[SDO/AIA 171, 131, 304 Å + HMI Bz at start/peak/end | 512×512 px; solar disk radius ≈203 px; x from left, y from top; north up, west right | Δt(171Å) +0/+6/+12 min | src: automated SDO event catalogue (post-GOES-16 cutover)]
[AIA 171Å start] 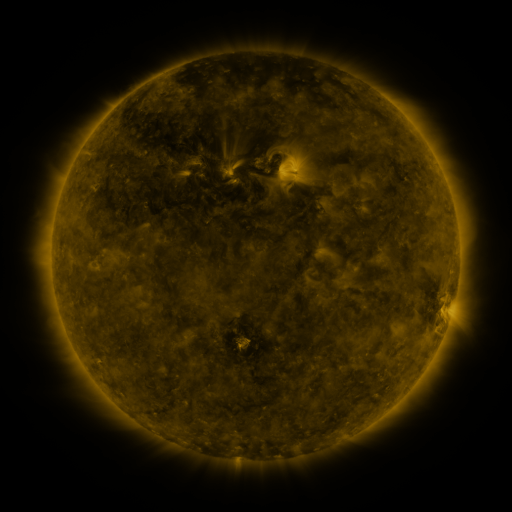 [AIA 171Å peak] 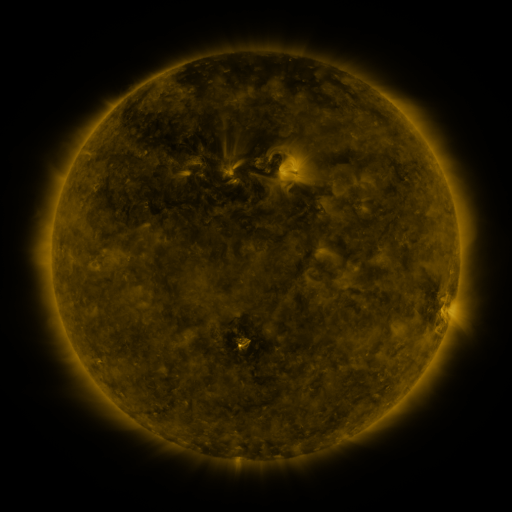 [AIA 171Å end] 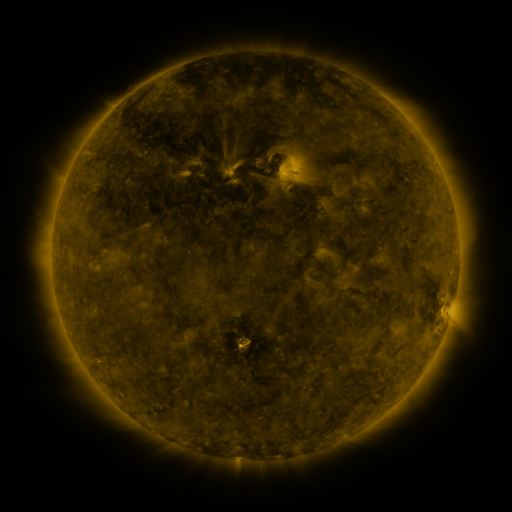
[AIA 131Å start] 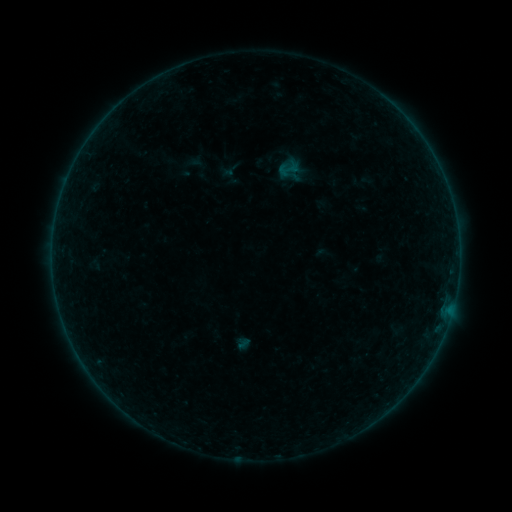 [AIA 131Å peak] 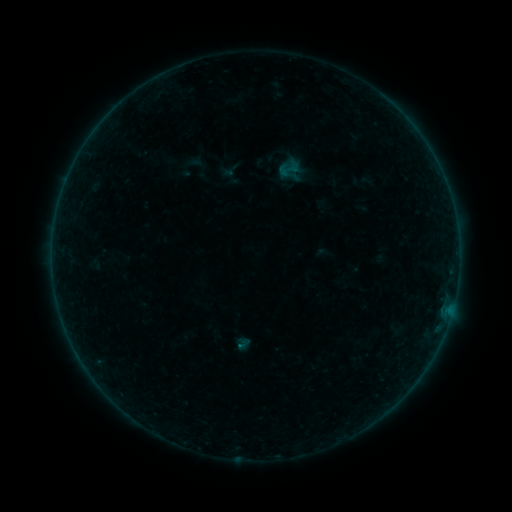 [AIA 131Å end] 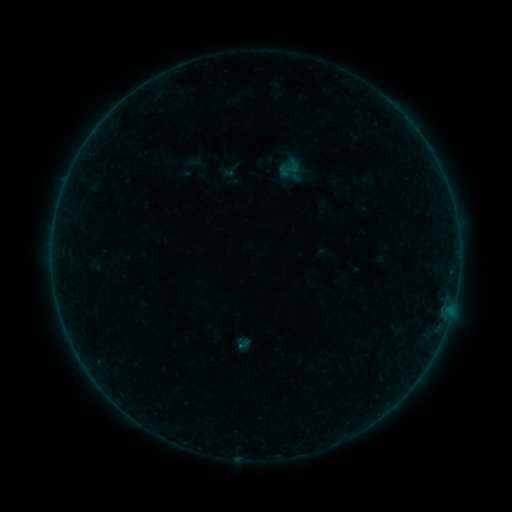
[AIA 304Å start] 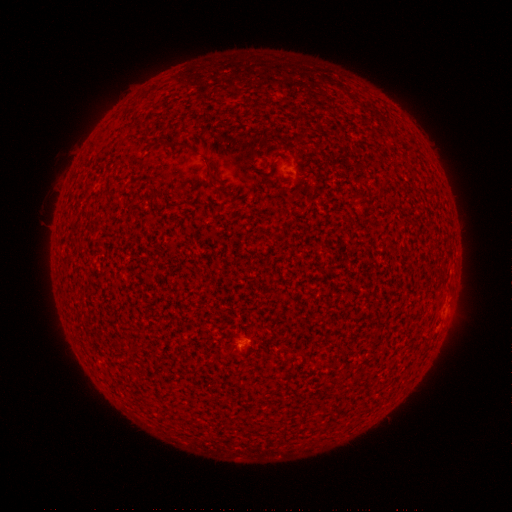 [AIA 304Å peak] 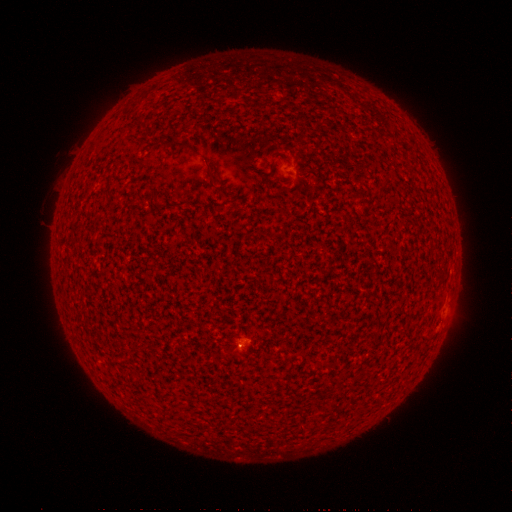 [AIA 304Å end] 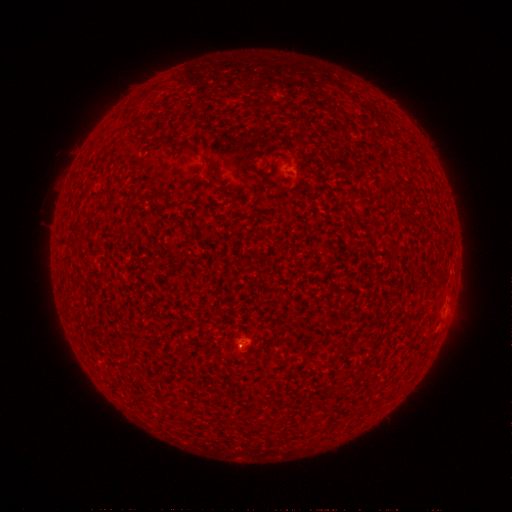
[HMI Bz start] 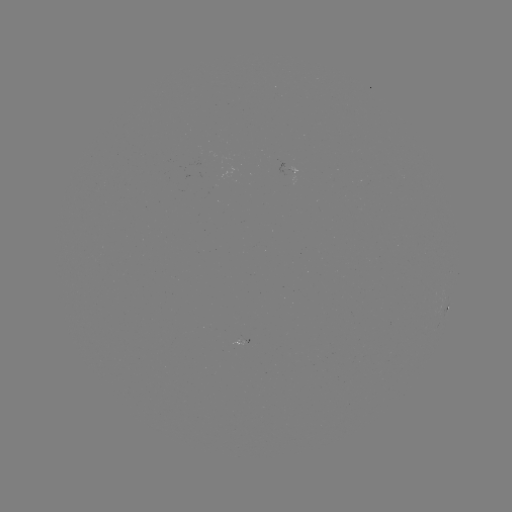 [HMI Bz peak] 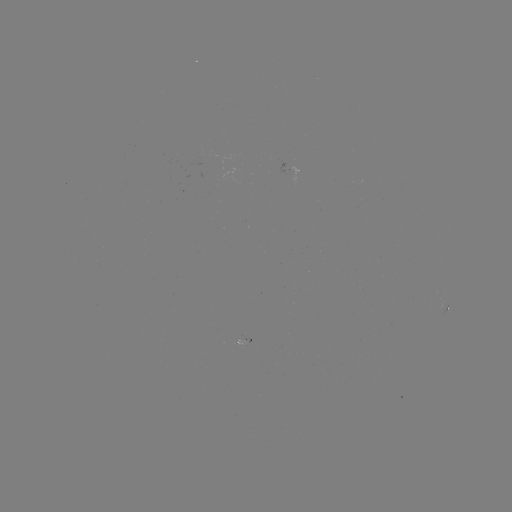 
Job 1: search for A3.2 flare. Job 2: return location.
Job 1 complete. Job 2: (242, 345).